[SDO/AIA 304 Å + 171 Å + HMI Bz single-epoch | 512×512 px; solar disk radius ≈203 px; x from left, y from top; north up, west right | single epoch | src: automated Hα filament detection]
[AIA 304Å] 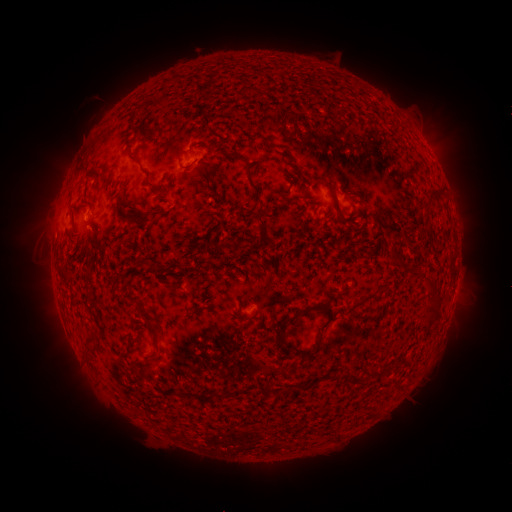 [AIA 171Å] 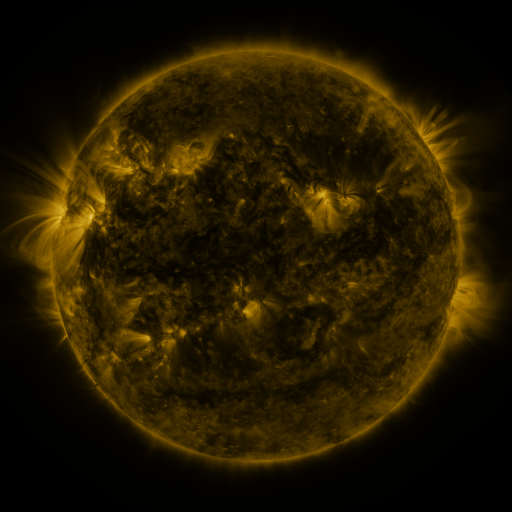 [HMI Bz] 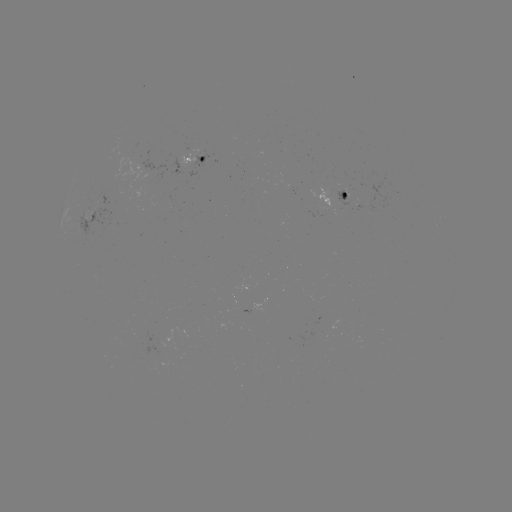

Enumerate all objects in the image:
filament: (164, 84)
filament: (205, 123)
filament: (134, 134)
filament: (134, 158)
filament: (186, 169)
filament: (96, 172)
filament: (105, 176)
filament: (79, 185)
filament: (154, 188)
filament: (432, 191)
filament: (257, 193)
filament: (333, 195)
filament: (350, 219)
filament: (128, 220)
filament: (95, 250)
filament: (394, 251)
filament: (421, 273)
filament: (436, 301)
filament: (196, 312)
filament: (296, 315)
filament: (152, 326)
filament: (318, 346)
filament: (155, 359)
filament: (381, 369)
filament: (354, 375)
filament: (226, 396)
